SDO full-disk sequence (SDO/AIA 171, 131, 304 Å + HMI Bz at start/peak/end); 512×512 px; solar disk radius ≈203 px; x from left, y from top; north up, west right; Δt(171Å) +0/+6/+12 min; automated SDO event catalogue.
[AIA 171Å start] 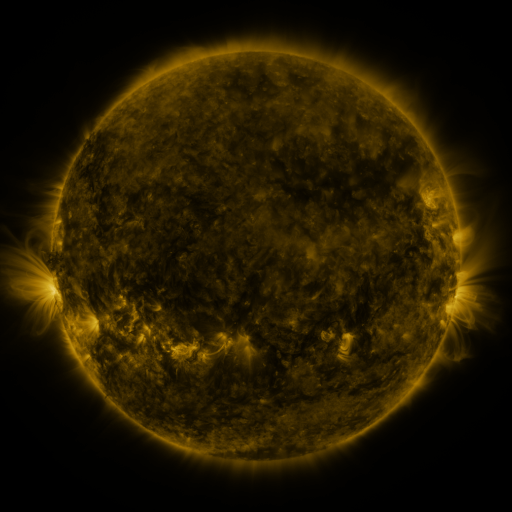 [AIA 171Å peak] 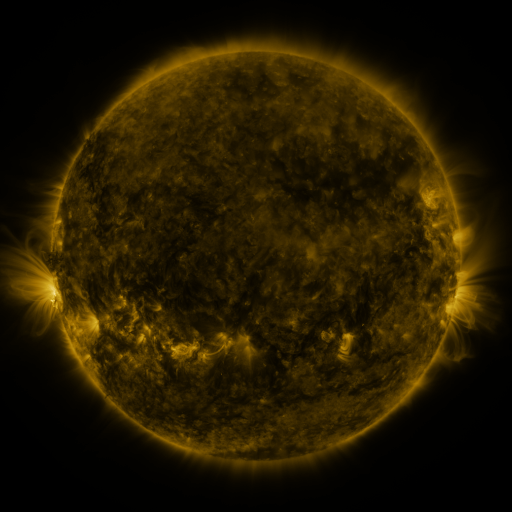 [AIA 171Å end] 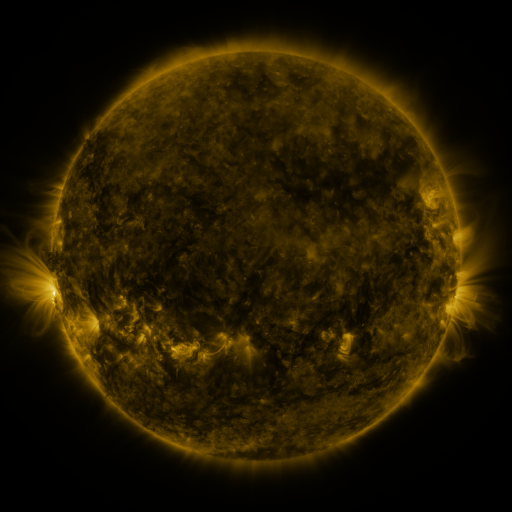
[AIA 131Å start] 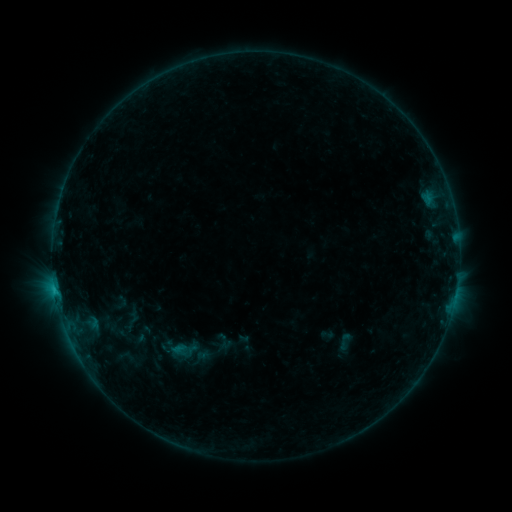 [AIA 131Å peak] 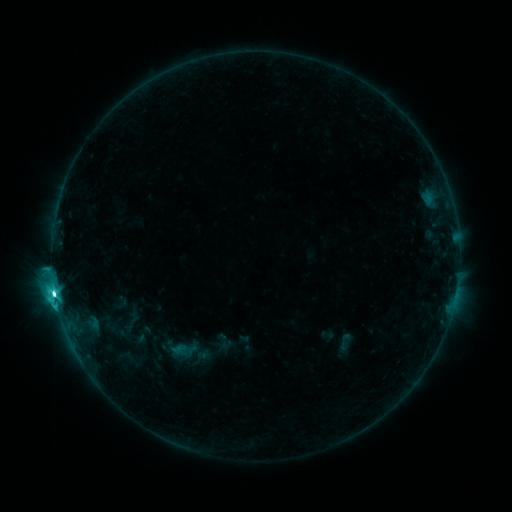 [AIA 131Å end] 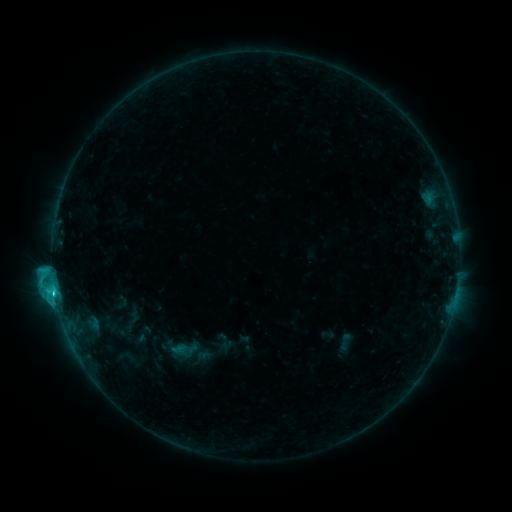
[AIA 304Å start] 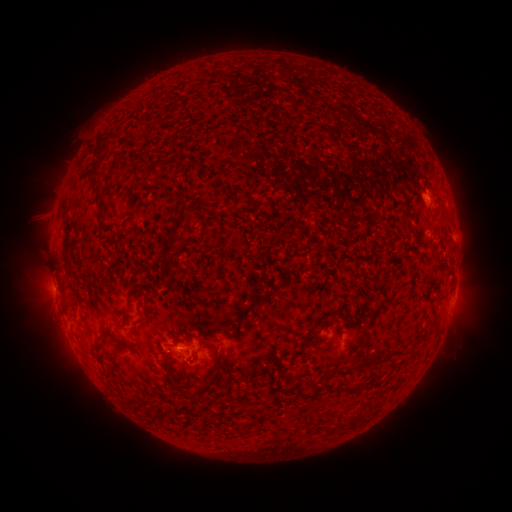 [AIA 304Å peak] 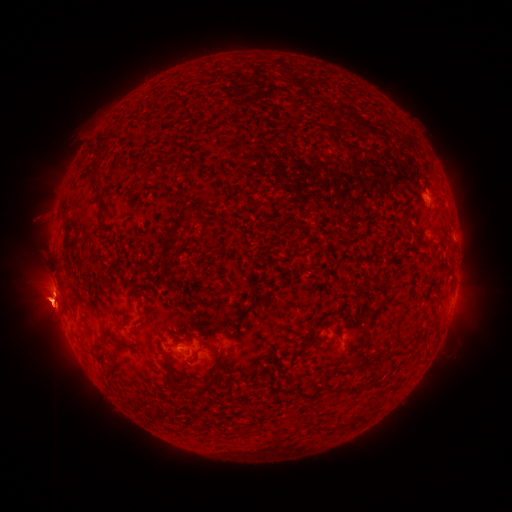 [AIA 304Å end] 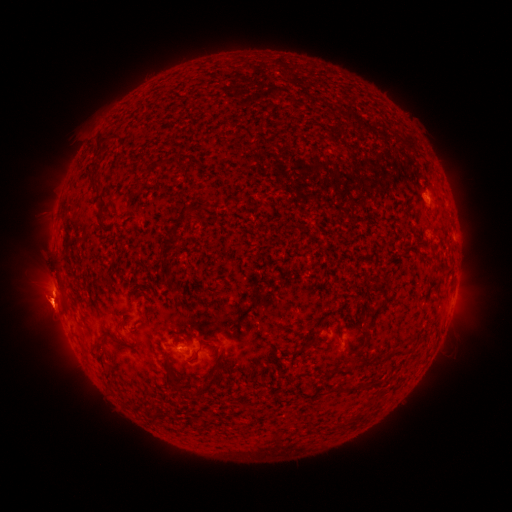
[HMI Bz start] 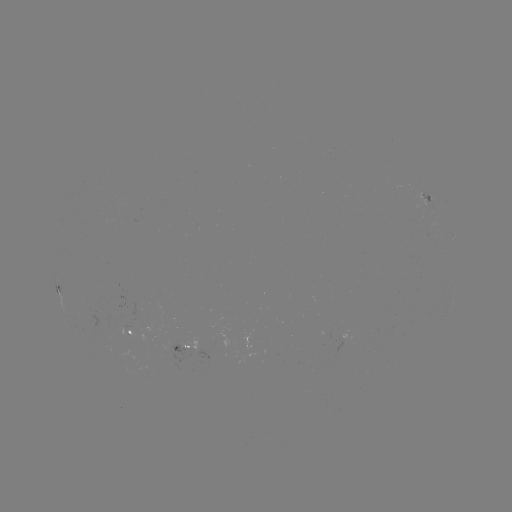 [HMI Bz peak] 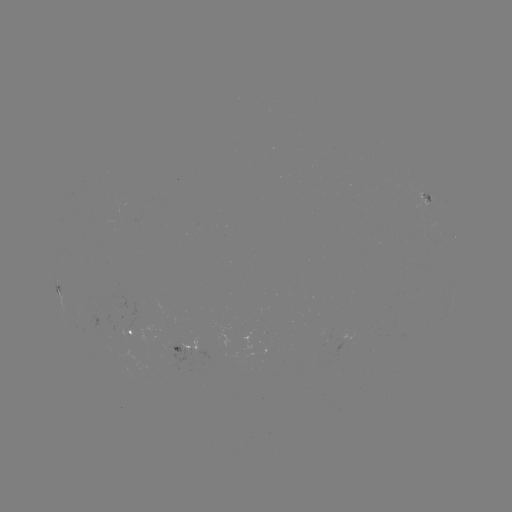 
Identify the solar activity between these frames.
C9.5 flare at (58, 291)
